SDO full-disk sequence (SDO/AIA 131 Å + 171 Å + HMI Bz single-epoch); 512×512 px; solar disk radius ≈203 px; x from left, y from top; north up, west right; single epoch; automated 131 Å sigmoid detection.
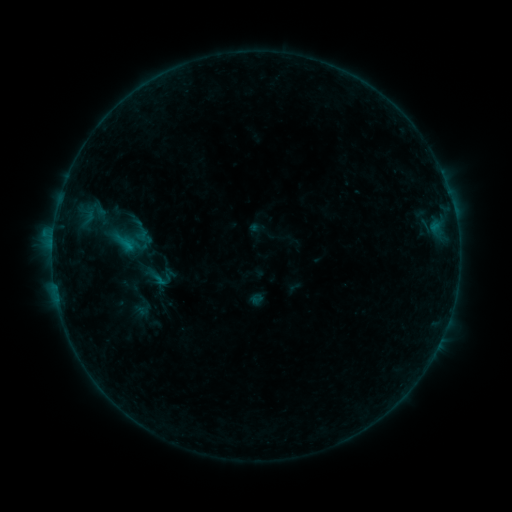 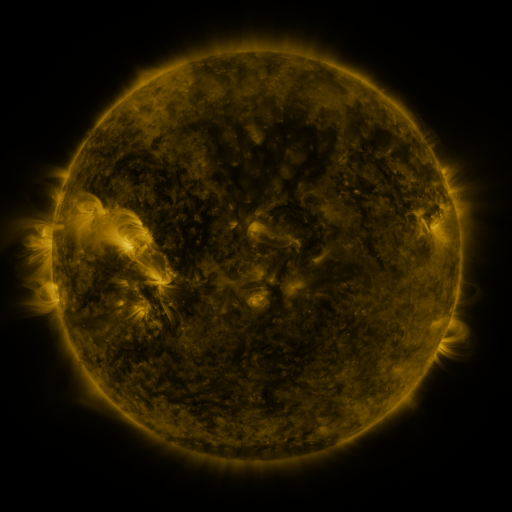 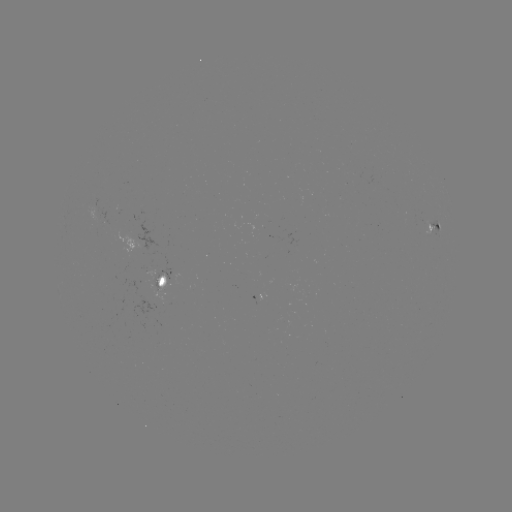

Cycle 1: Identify sigmoid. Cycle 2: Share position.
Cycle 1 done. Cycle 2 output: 157,277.